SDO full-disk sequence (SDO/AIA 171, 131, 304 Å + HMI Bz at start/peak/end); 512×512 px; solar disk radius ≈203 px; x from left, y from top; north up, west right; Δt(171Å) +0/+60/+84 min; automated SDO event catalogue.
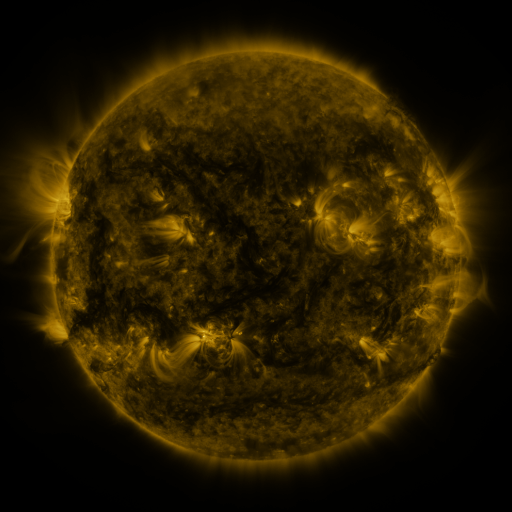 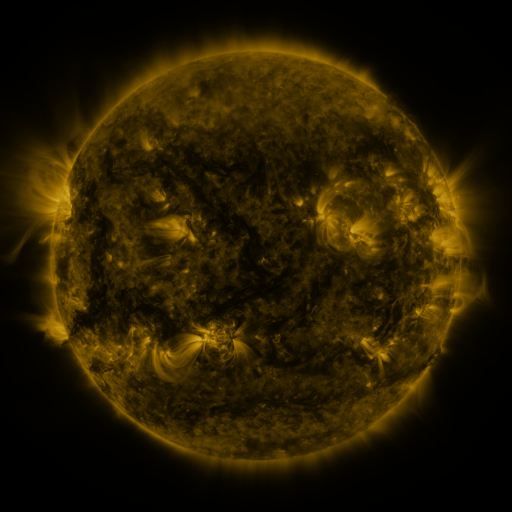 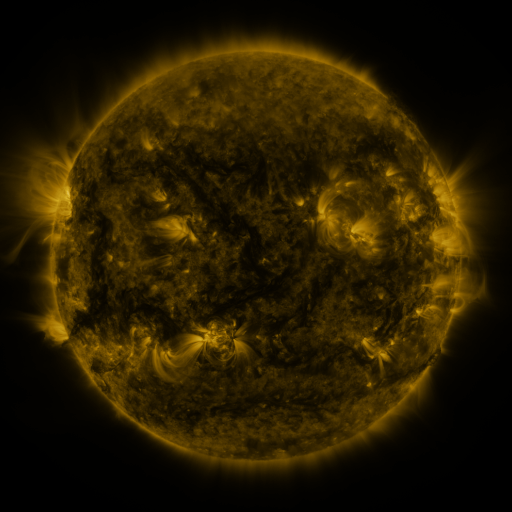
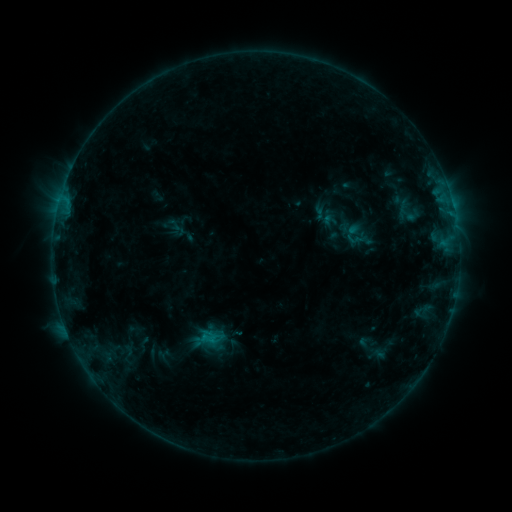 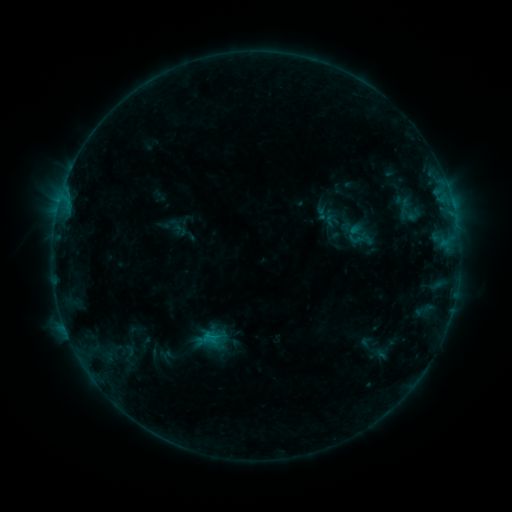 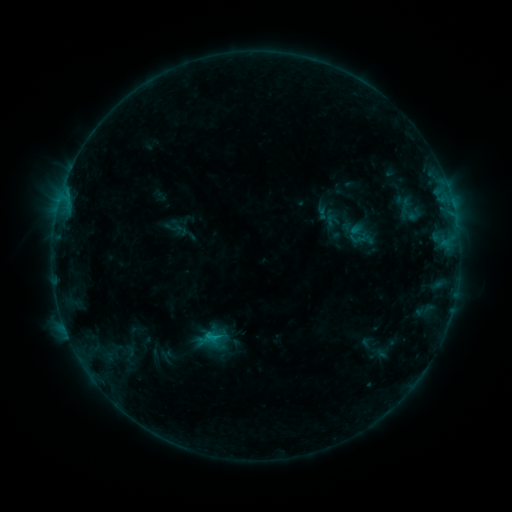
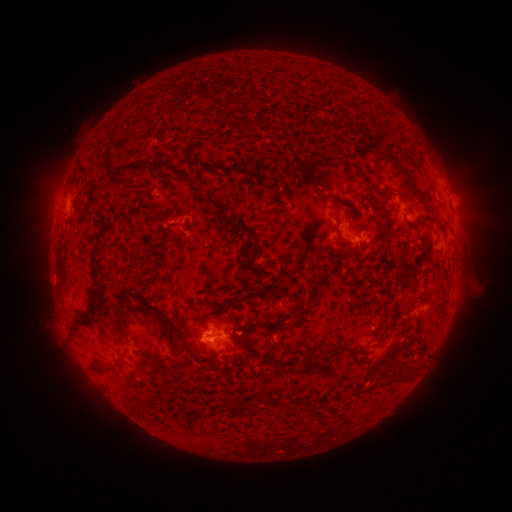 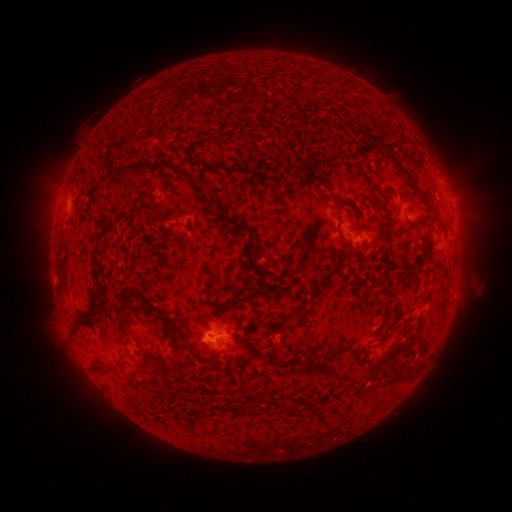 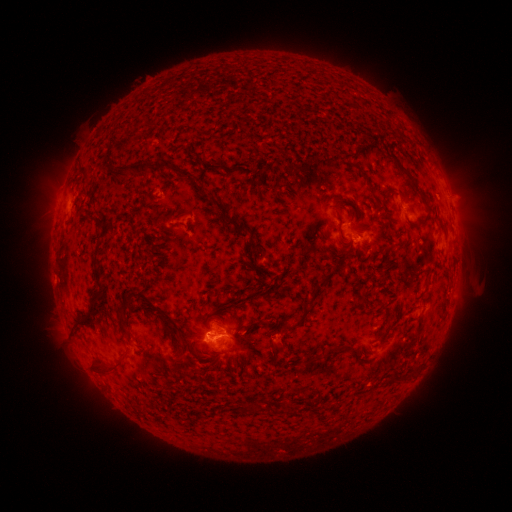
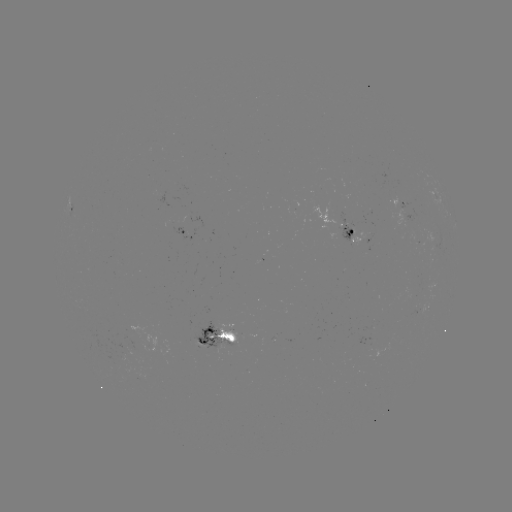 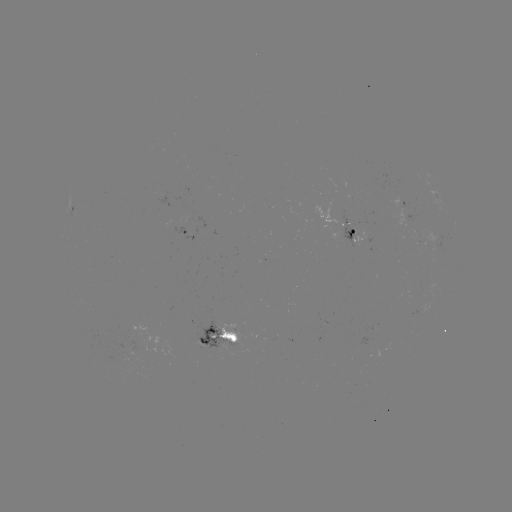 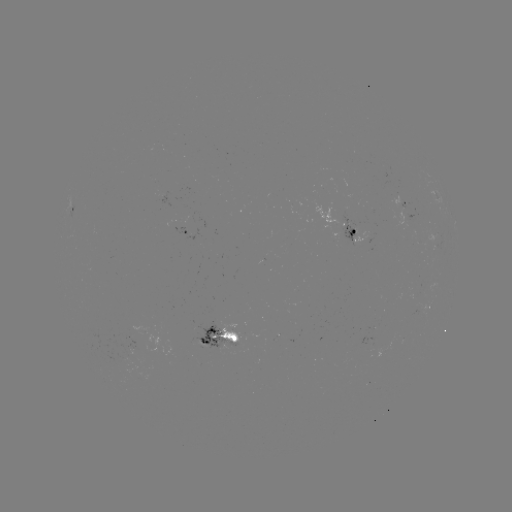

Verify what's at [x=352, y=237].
emerging-flux region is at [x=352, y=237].